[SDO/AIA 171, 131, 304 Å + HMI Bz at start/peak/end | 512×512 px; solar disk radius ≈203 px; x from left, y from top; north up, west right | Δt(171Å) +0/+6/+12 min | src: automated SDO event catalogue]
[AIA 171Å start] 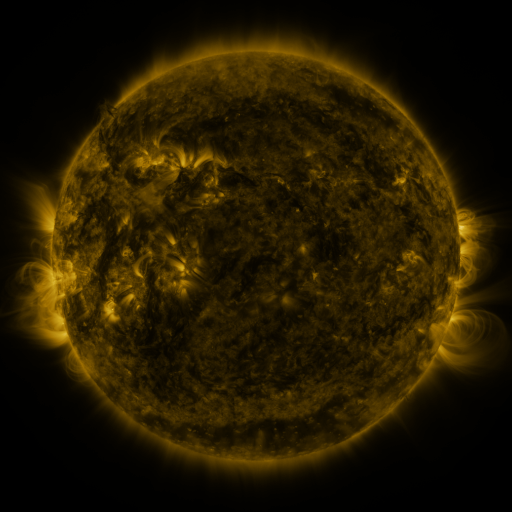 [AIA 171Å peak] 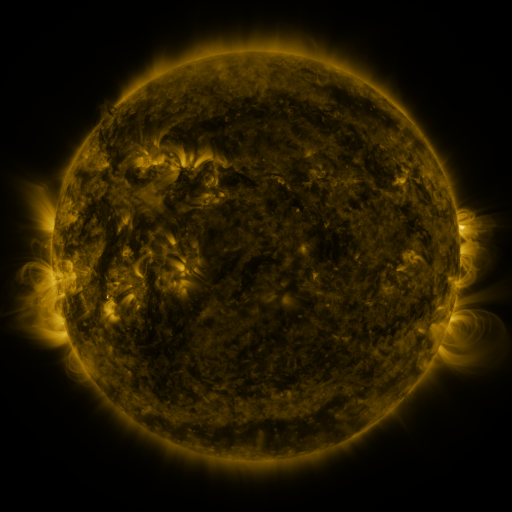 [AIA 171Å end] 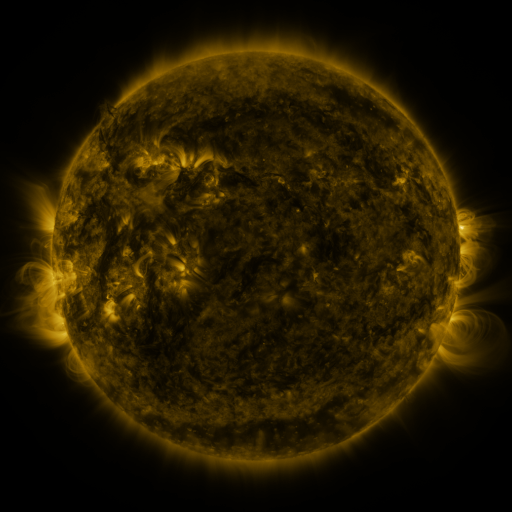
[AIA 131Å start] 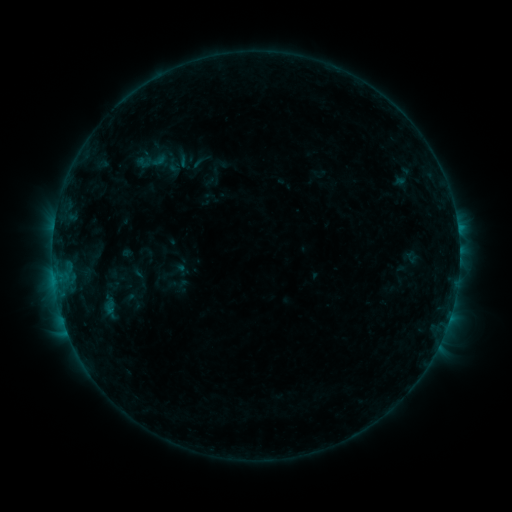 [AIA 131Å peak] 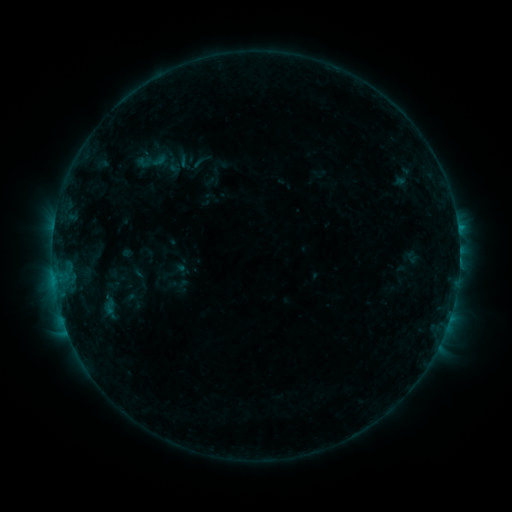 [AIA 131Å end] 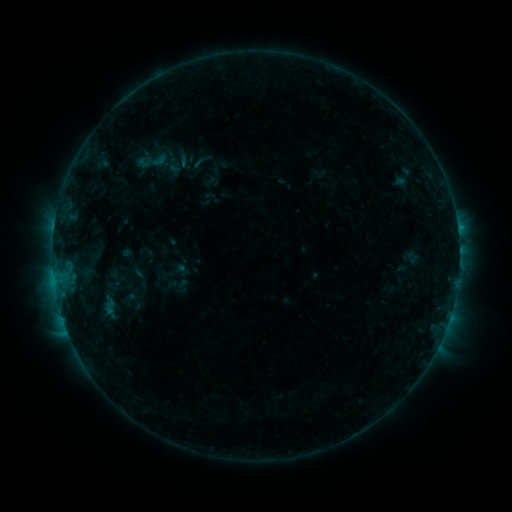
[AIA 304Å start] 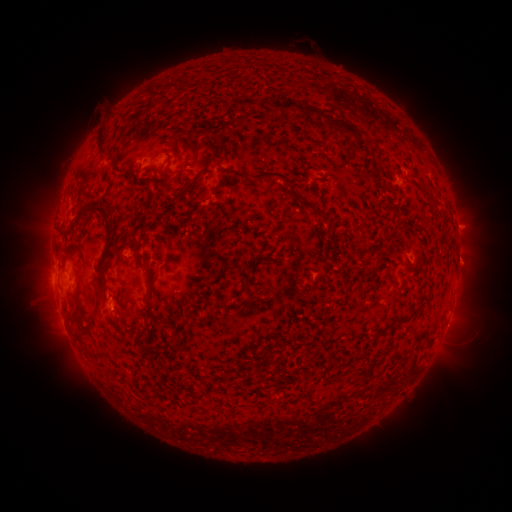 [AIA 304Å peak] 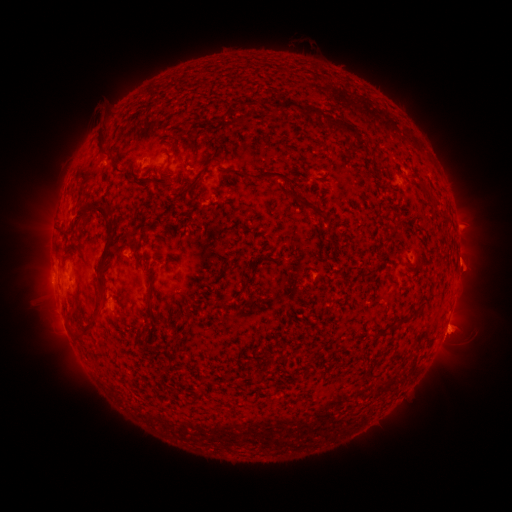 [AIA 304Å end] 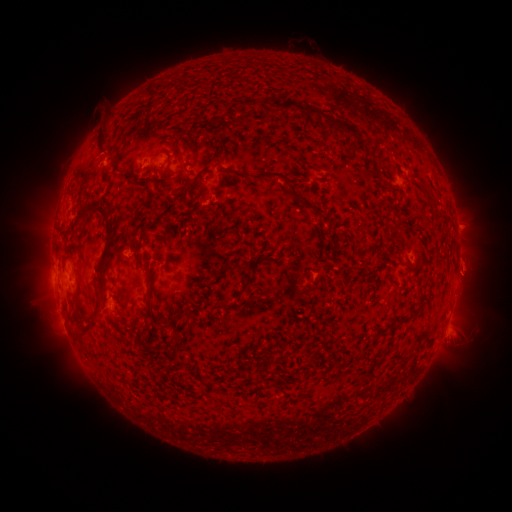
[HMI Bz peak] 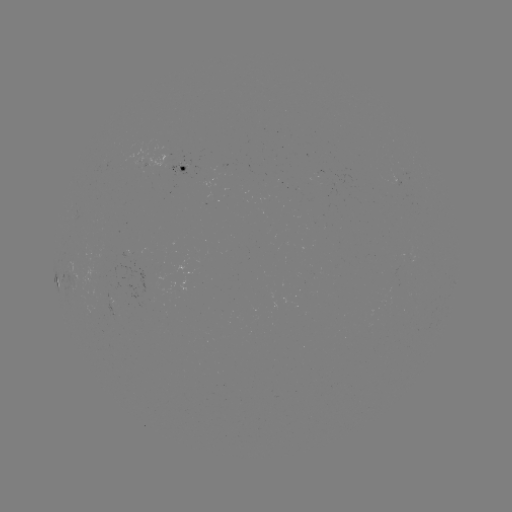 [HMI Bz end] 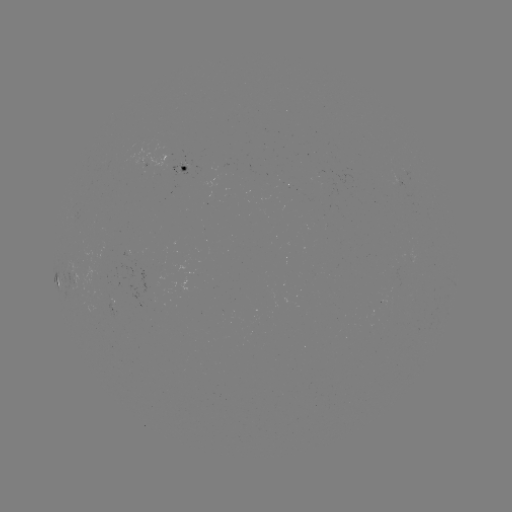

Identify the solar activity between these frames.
eruption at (454, 334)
